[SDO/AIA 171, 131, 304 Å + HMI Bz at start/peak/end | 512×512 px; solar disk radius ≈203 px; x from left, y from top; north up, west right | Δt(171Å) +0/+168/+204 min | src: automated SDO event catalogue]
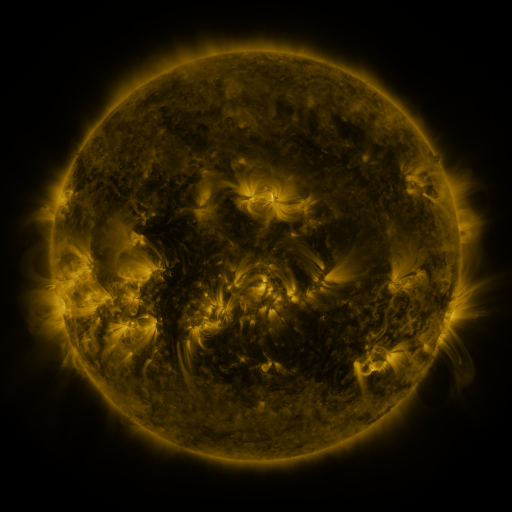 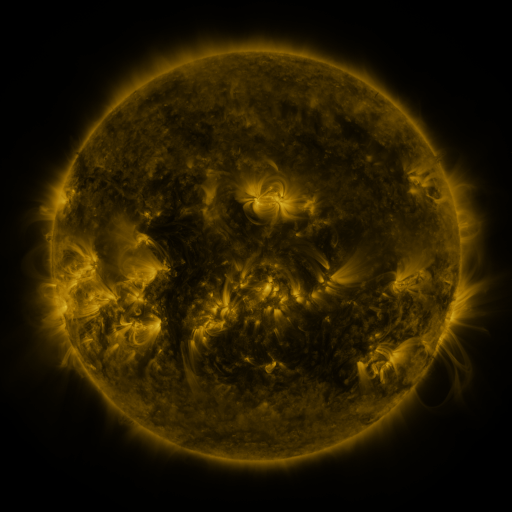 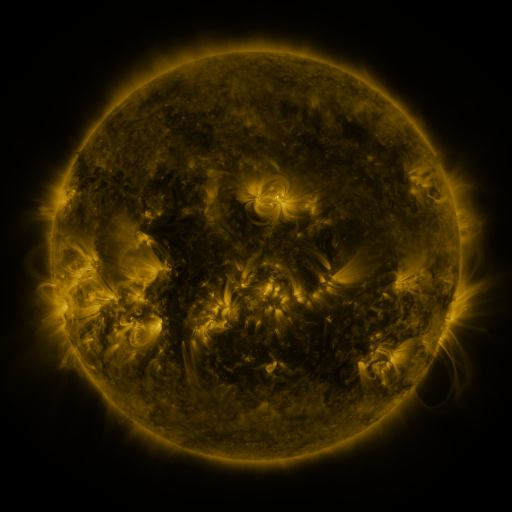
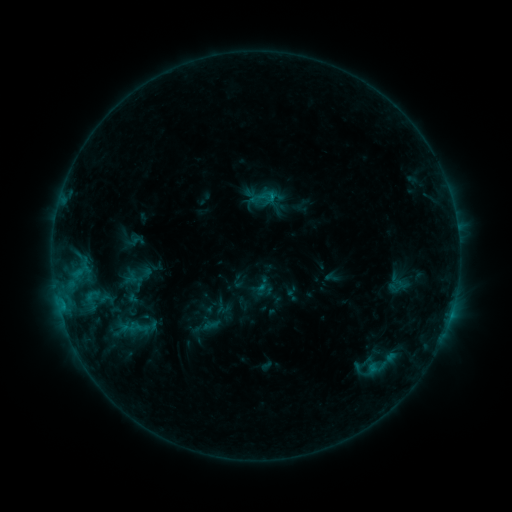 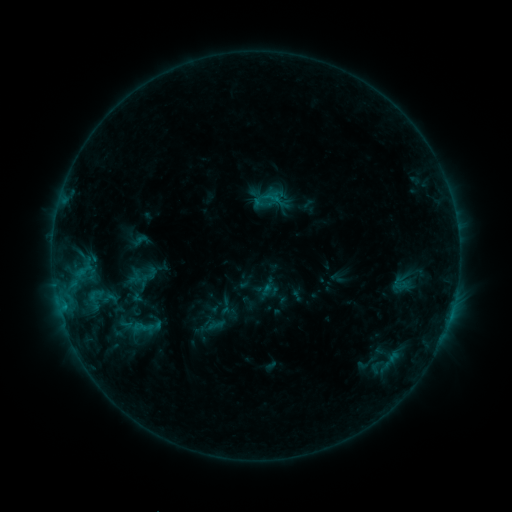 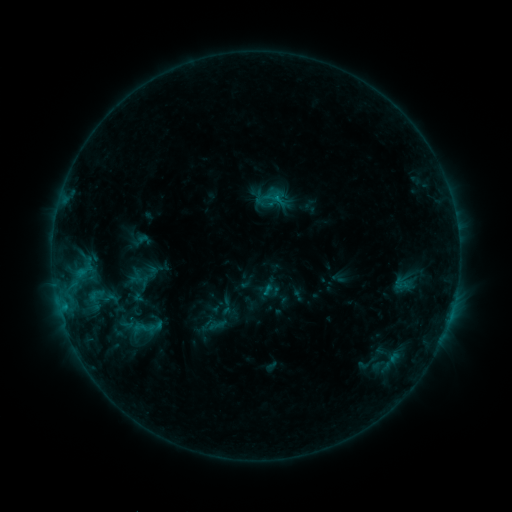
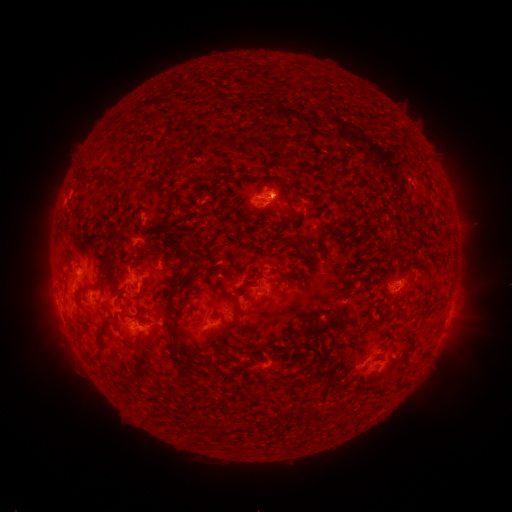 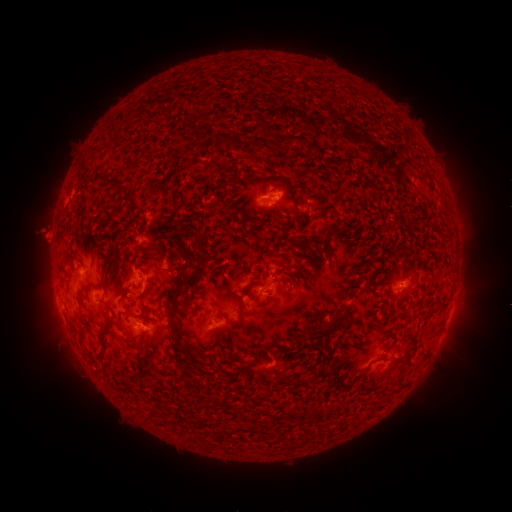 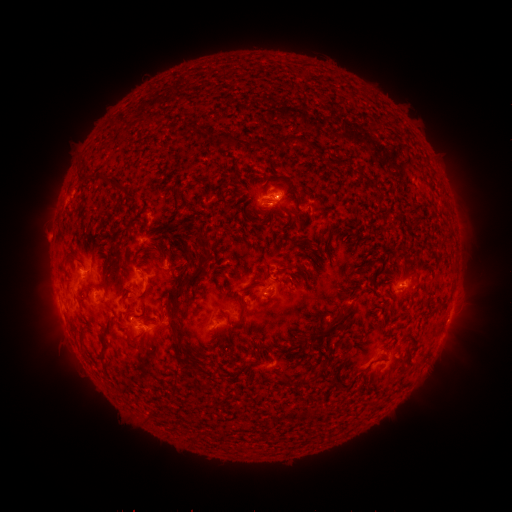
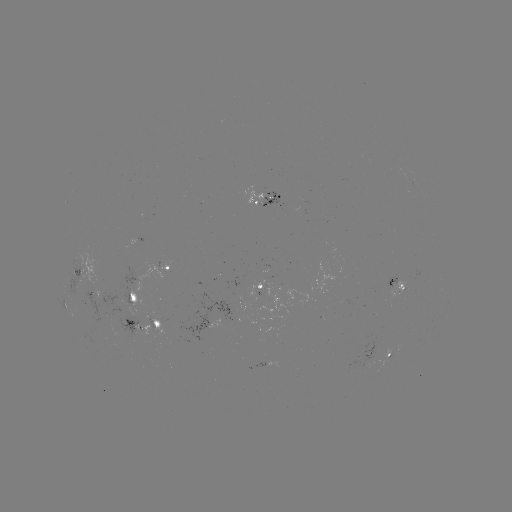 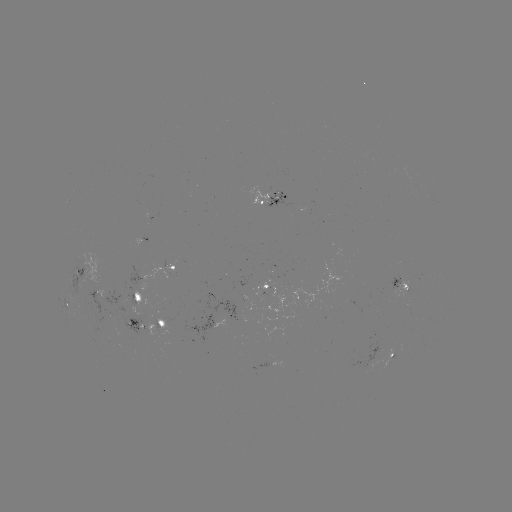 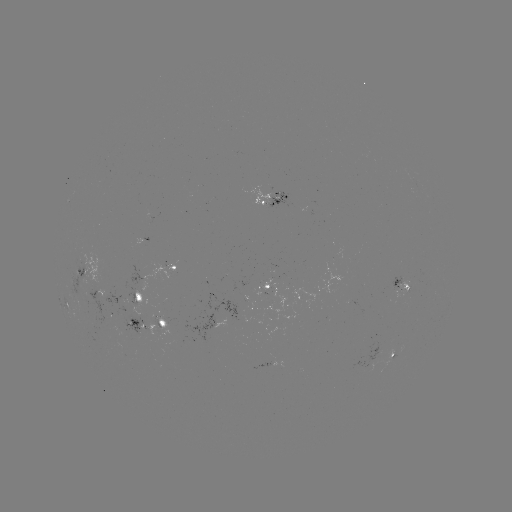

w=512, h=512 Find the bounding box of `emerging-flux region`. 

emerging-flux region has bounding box [77, 291, 116, 324].